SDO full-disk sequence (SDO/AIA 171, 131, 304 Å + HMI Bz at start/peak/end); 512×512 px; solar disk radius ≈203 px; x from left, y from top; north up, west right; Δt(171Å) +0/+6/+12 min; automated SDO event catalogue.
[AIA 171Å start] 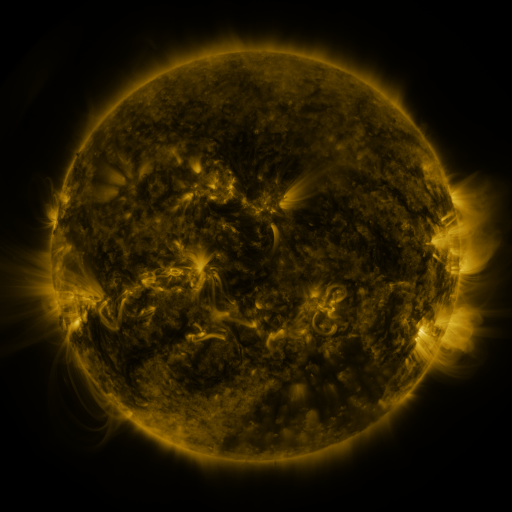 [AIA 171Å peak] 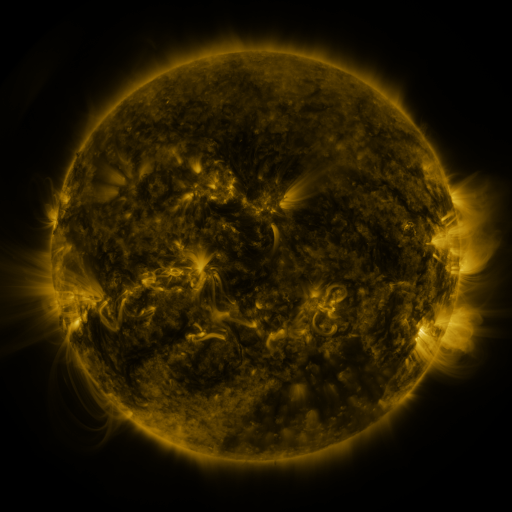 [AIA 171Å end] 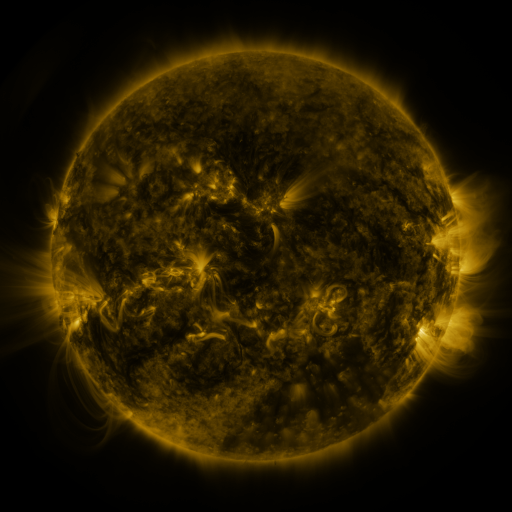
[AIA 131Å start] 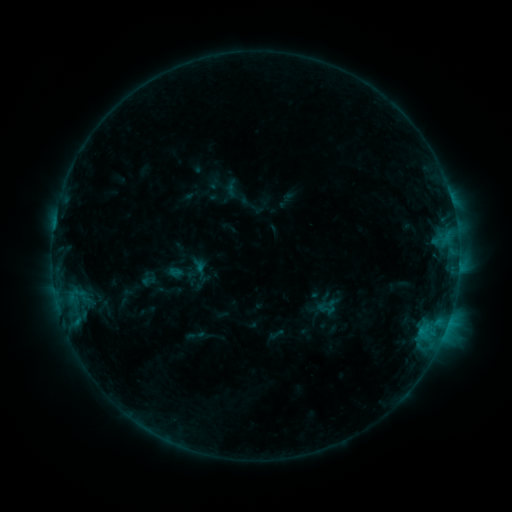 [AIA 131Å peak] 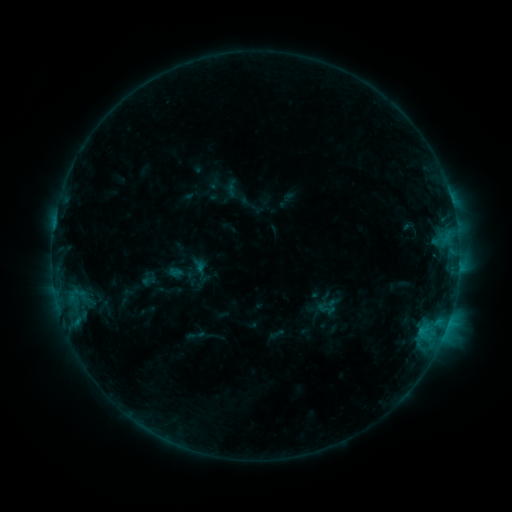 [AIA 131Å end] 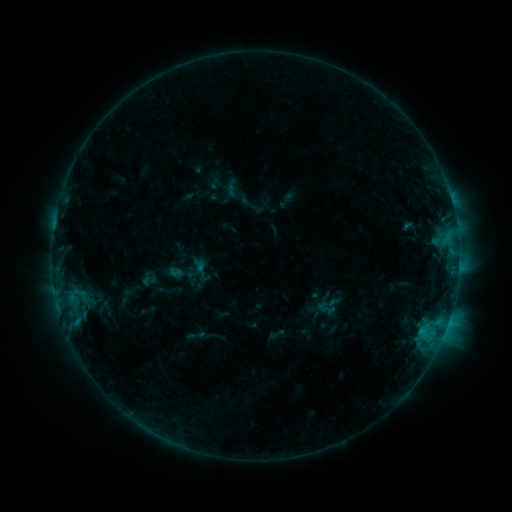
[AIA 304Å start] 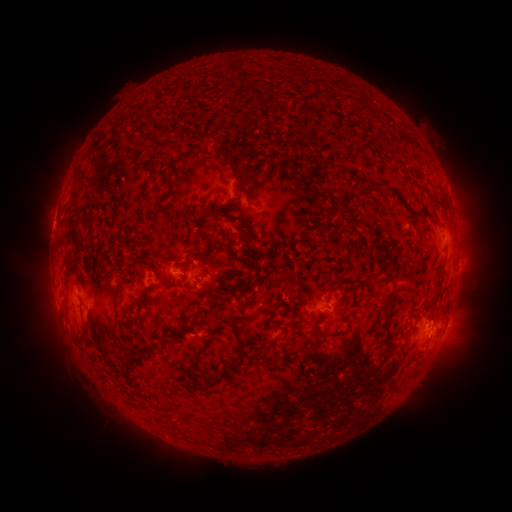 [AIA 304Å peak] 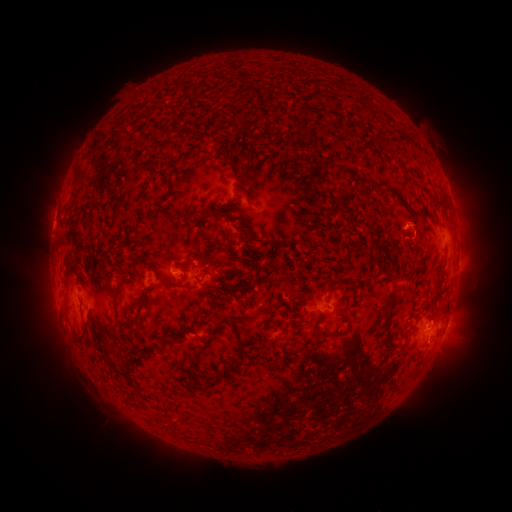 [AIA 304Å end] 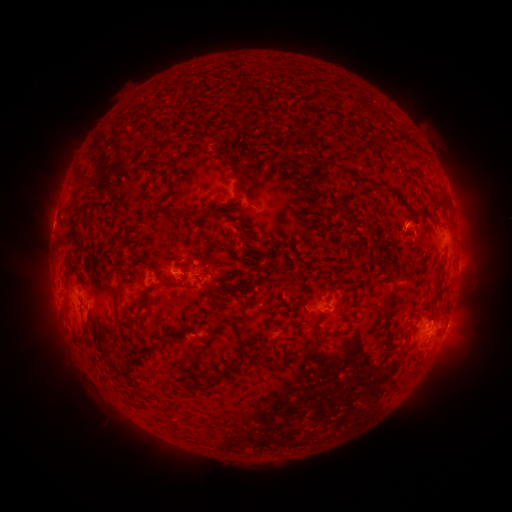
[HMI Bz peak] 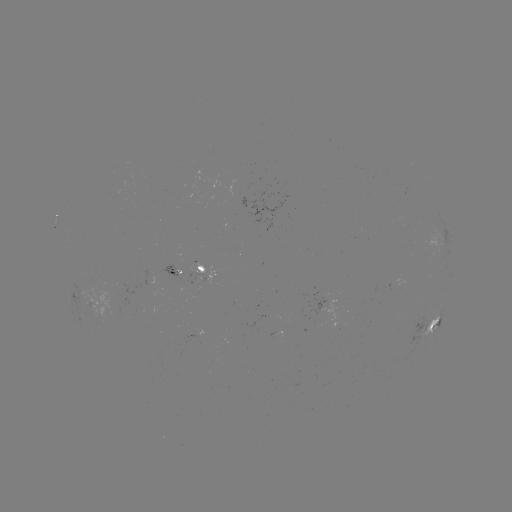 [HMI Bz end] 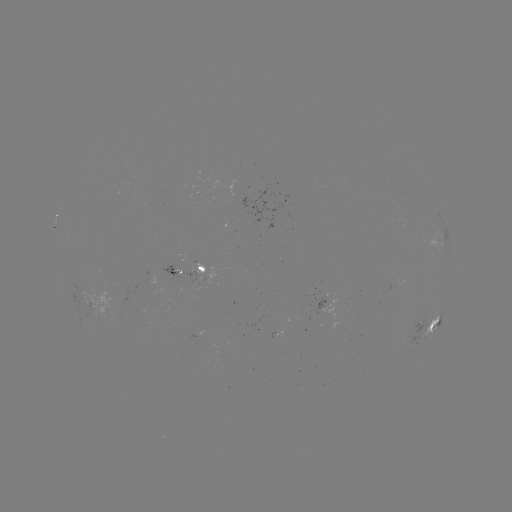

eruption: (391, 200, 441, 257)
